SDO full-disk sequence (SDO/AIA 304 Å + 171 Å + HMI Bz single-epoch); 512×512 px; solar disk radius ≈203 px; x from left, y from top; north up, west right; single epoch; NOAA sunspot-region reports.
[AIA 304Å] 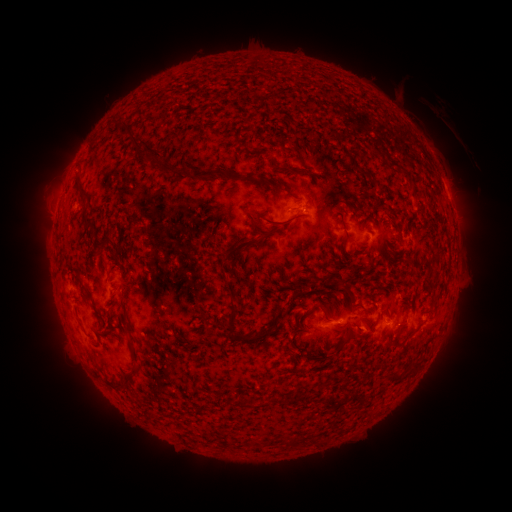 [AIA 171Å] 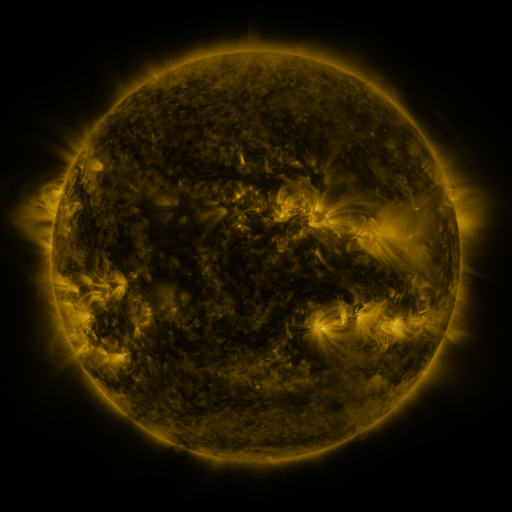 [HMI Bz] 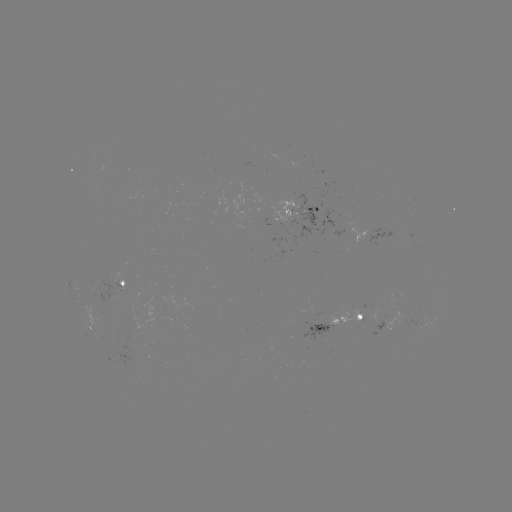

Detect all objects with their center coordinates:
spotted active region: (300, 209)
spotted active region: (69, 282)
spotted active region: (123, 284)
spotted active region: (340, 322)
spotted active region: (93, 333)
